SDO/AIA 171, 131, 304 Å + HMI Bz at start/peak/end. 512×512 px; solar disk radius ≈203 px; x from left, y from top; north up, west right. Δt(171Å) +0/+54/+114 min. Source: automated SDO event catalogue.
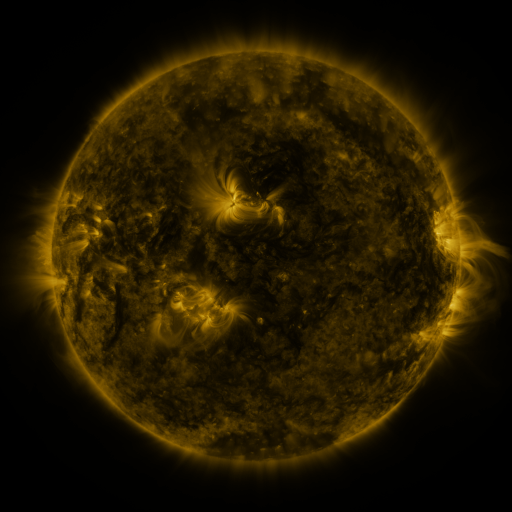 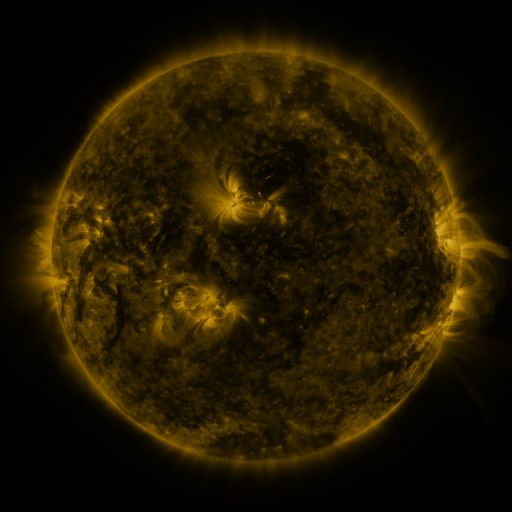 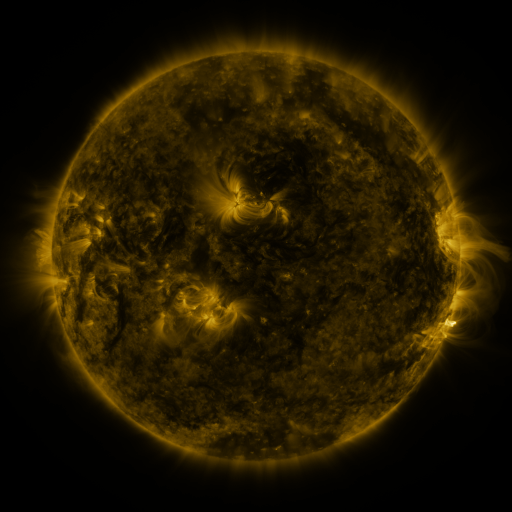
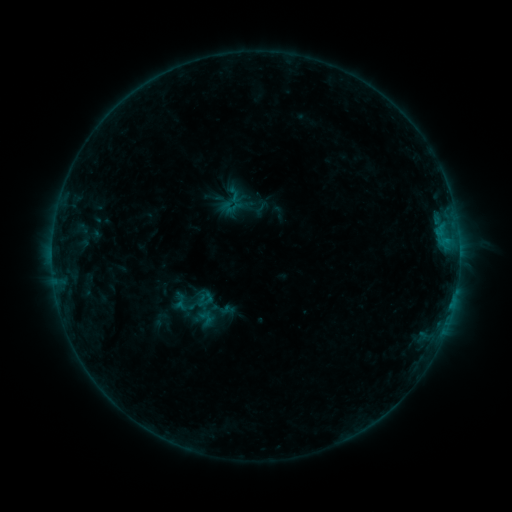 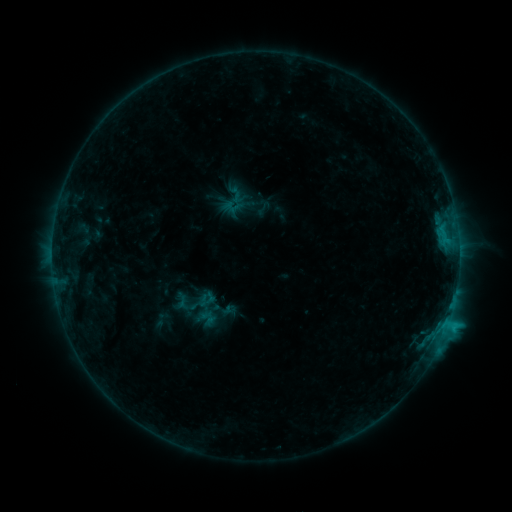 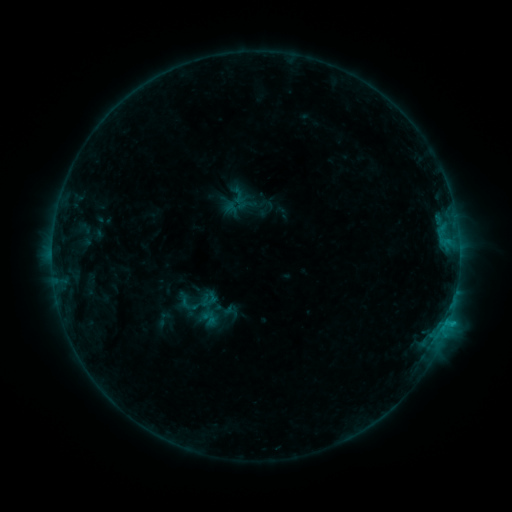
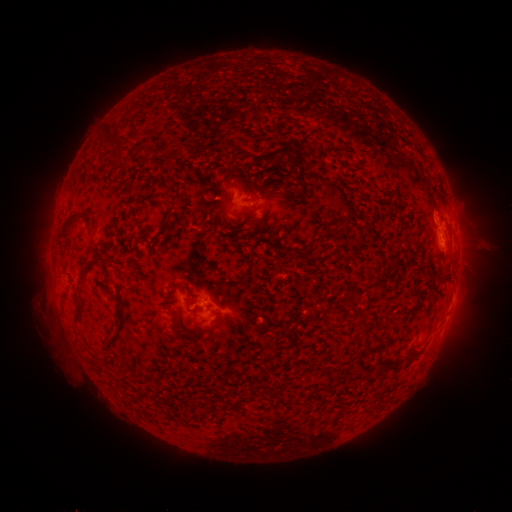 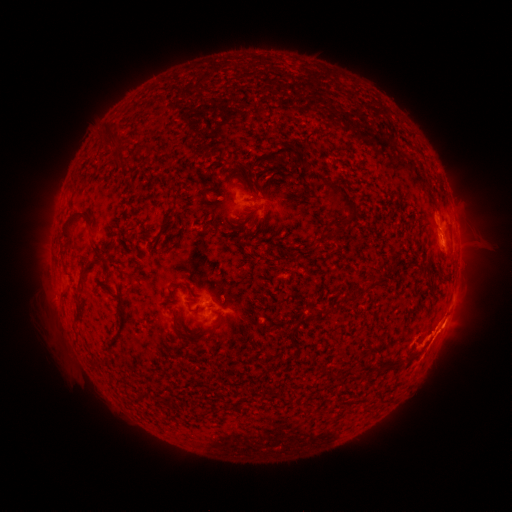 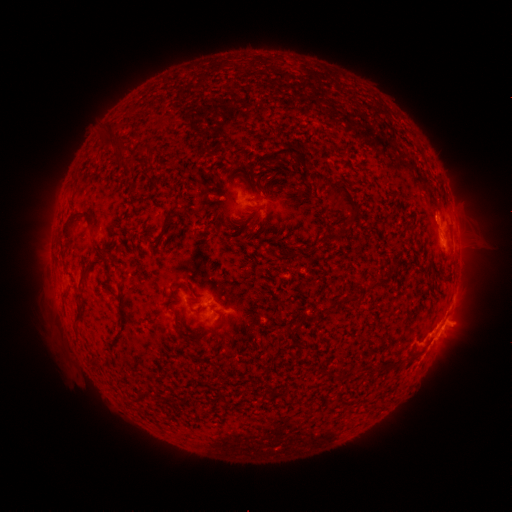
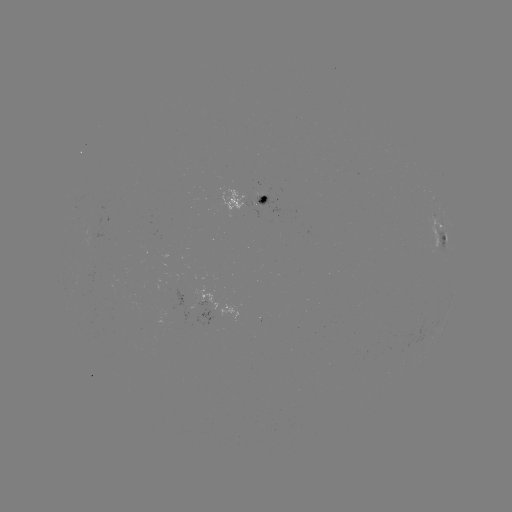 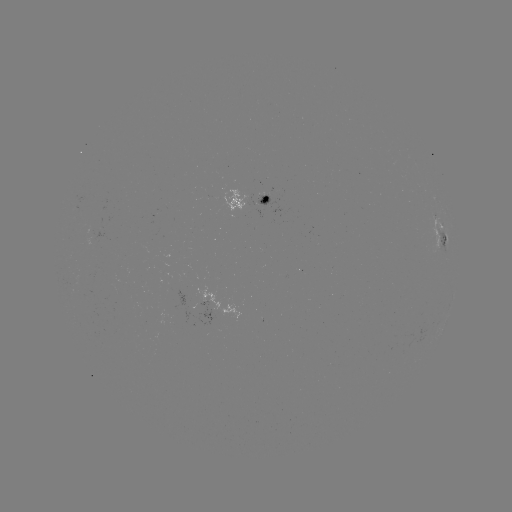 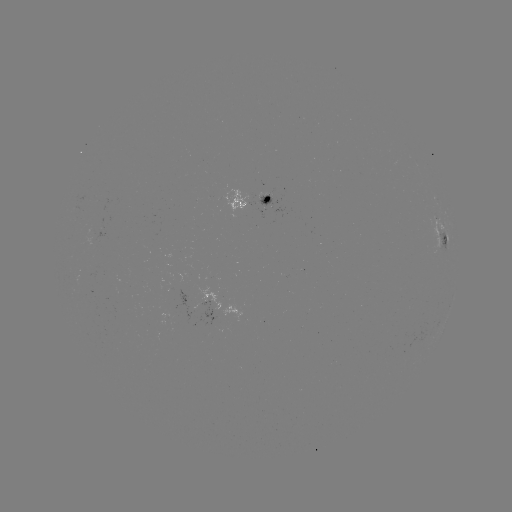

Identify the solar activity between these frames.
C2.0 flare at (445, 322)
